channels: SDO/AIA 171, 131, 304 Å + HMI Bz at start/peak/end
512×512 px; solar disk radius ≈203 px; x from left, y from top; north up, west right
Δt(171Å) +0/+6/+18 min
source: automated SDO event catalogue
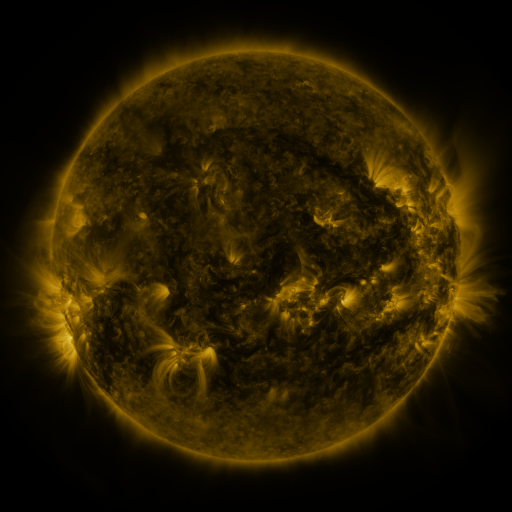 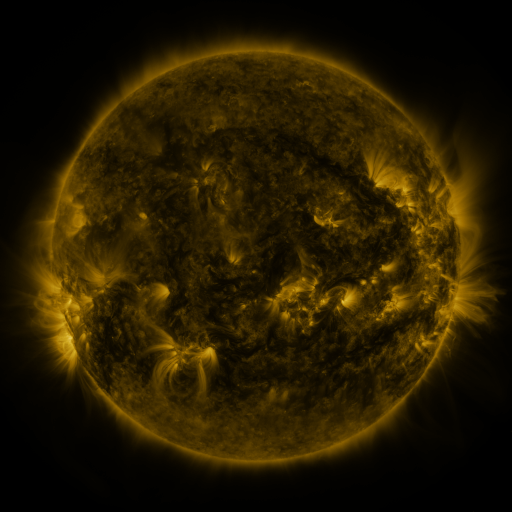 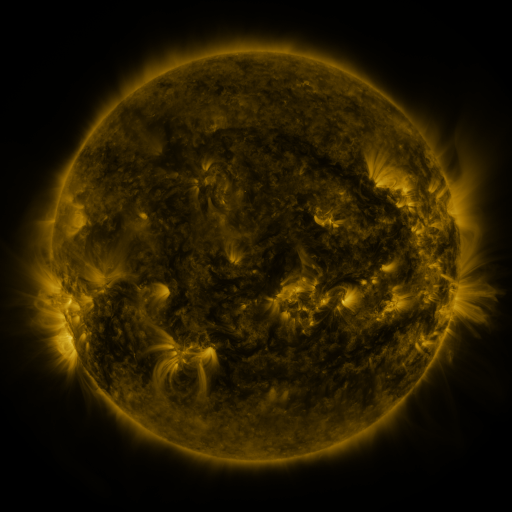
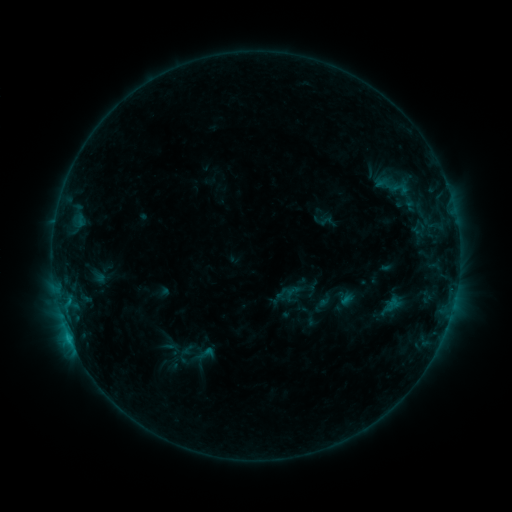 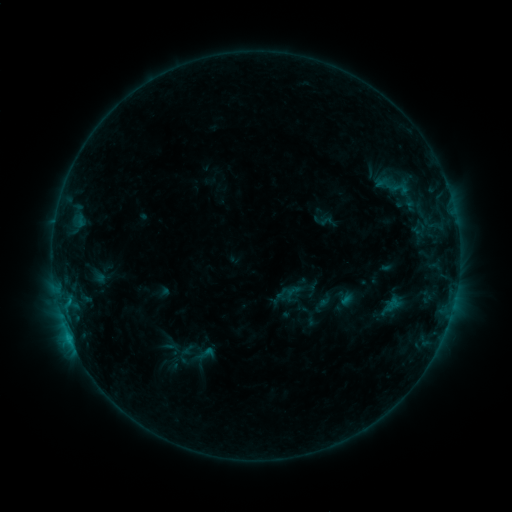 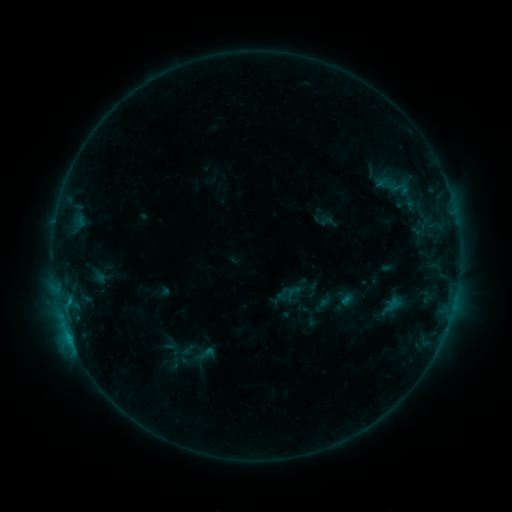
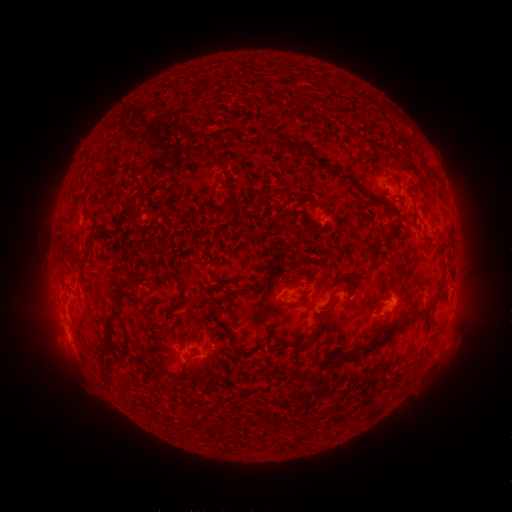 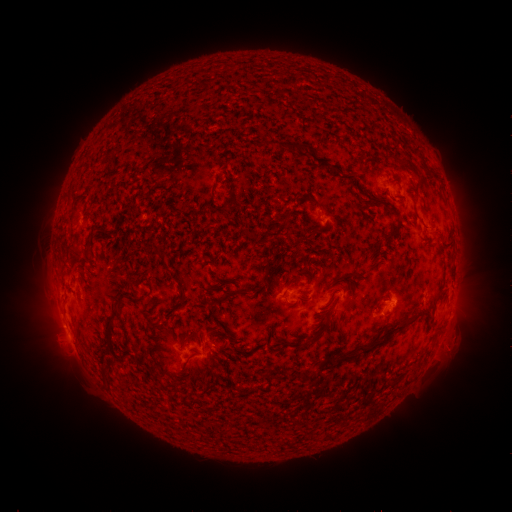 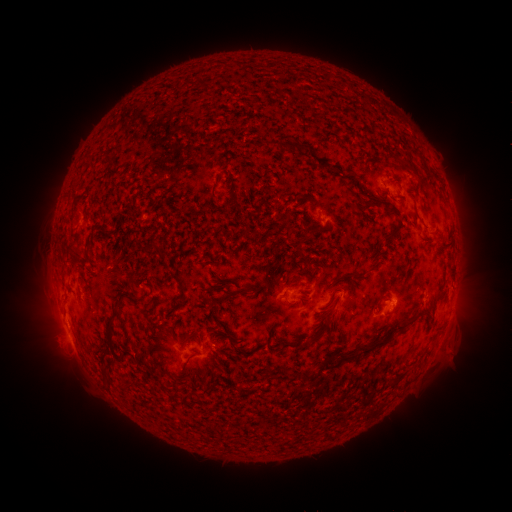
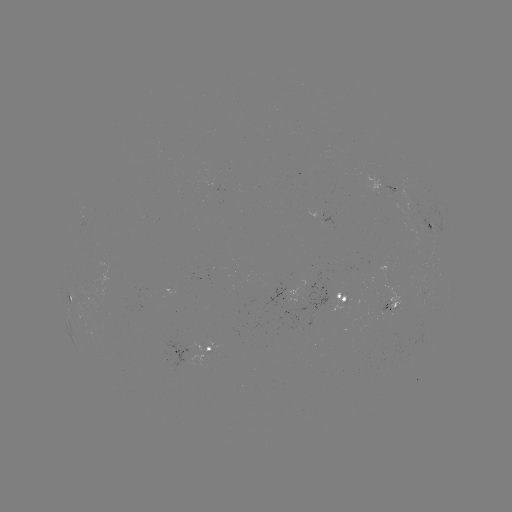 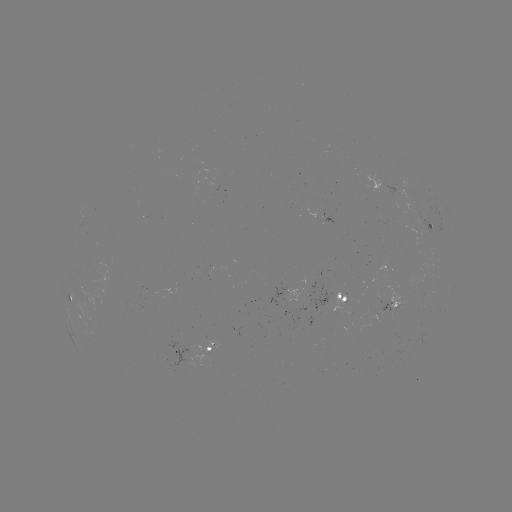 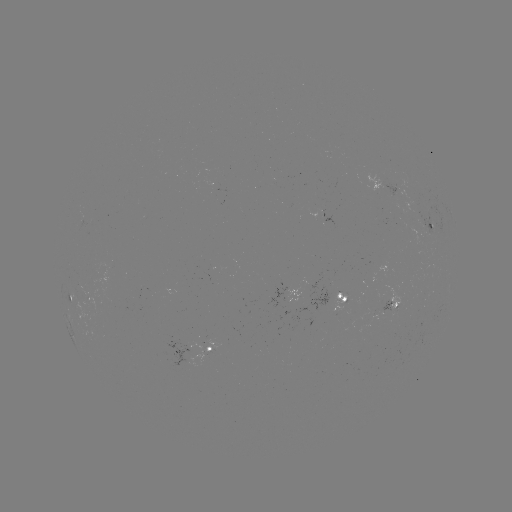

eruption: [434, 325, 473, 368]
